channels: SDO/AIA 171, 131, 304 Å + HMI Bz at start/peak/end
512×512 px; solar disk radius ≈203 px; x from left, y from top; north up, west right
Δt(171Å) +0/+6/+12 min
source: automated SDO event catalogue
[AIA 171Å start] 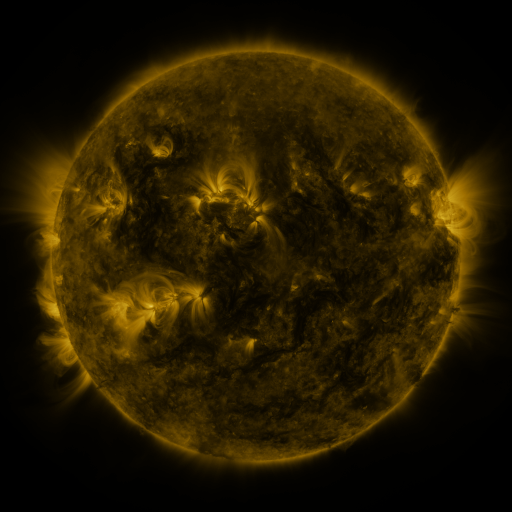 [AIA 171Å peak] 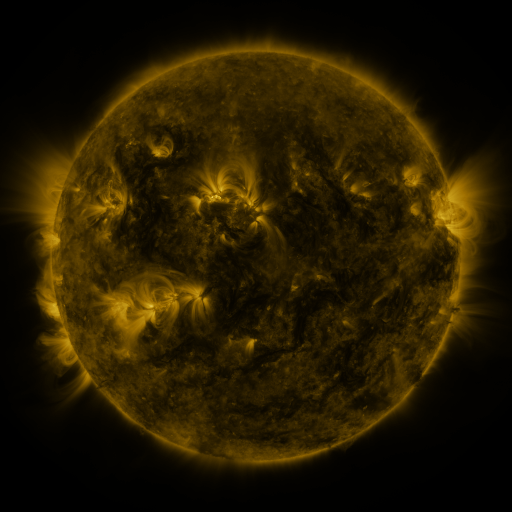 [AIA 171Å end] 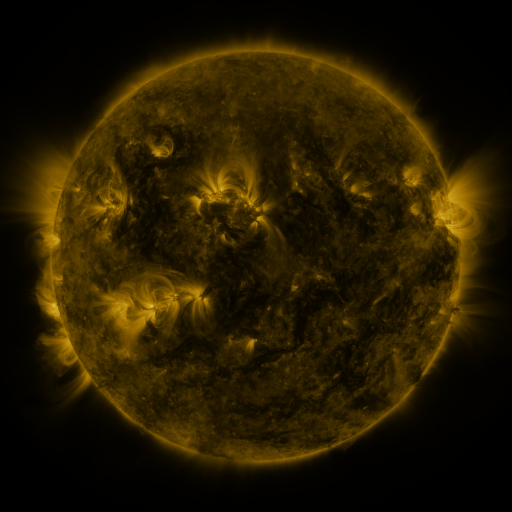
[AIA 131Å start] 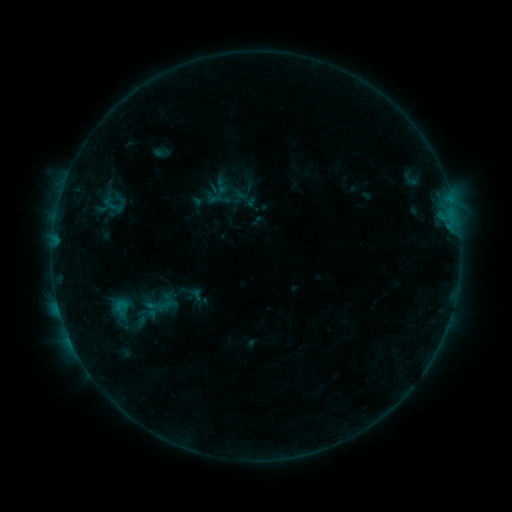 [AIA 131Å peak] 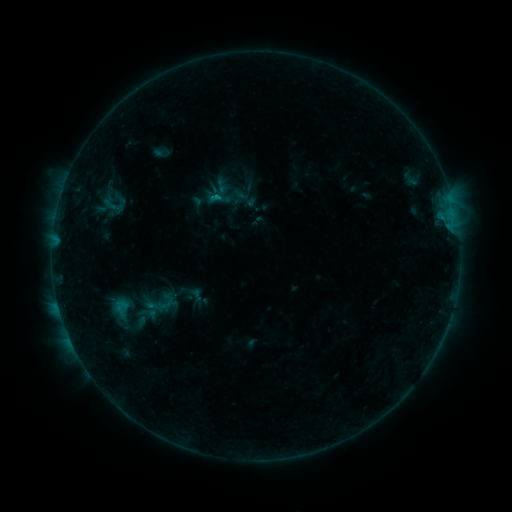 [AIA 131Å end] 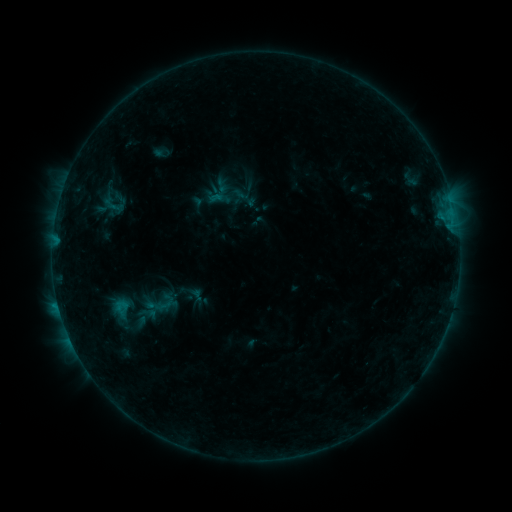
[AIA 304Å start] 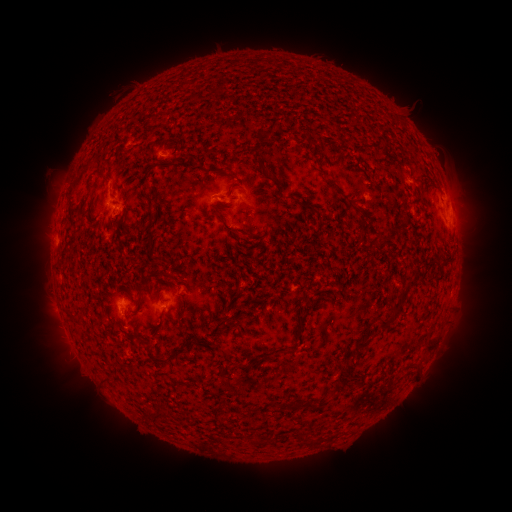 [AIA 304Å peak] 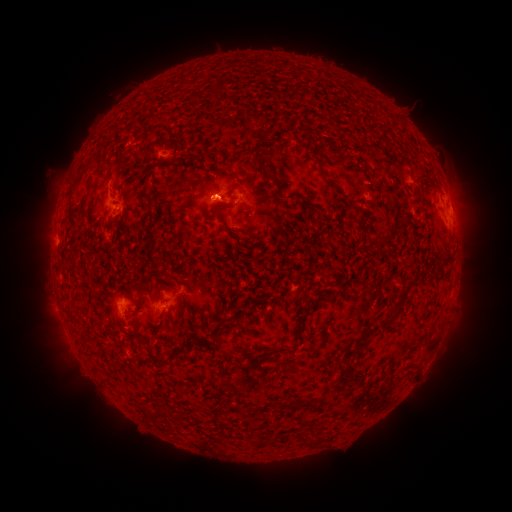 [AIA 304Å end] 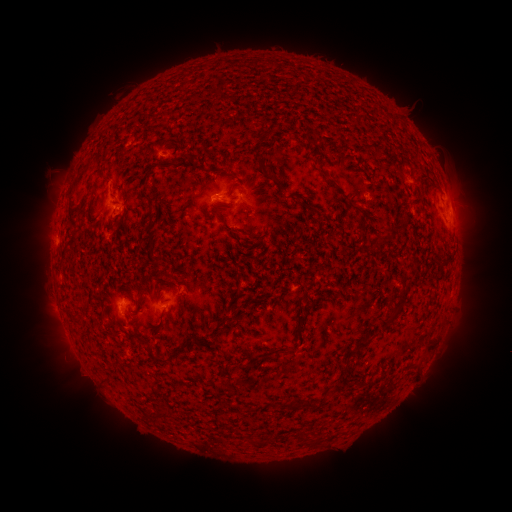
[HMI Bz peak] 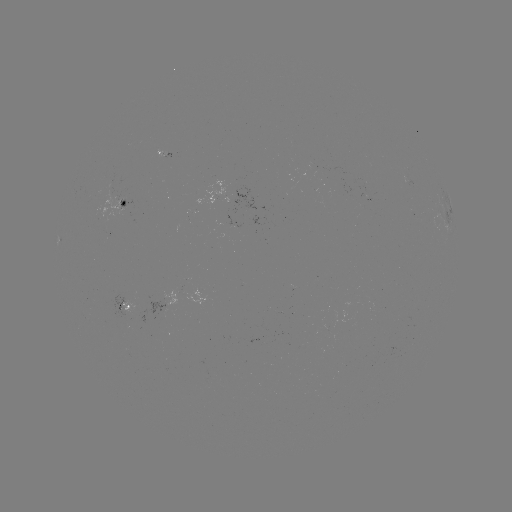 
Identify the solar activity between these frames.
B3.7 flare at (218, 200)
